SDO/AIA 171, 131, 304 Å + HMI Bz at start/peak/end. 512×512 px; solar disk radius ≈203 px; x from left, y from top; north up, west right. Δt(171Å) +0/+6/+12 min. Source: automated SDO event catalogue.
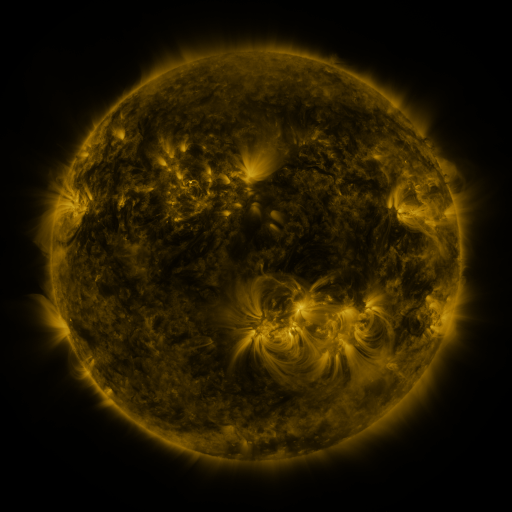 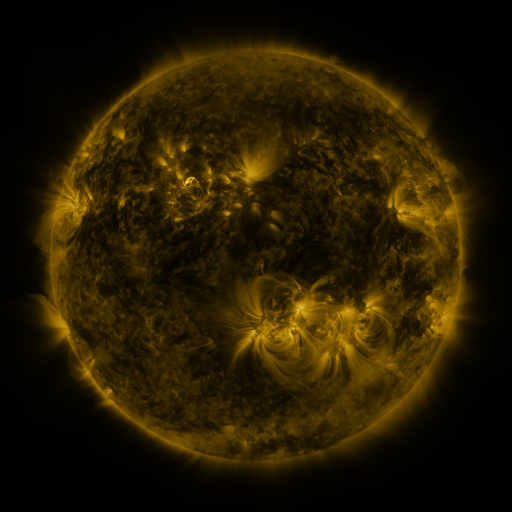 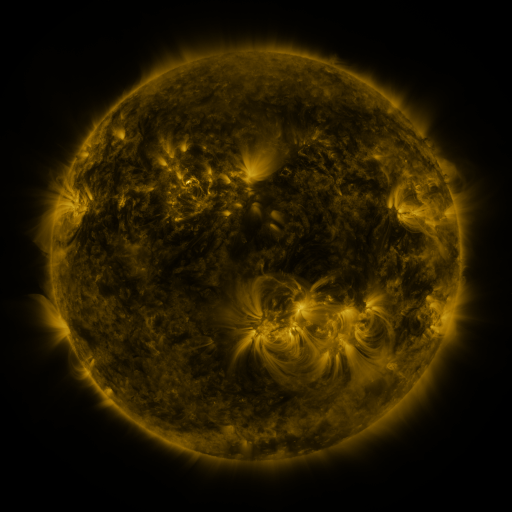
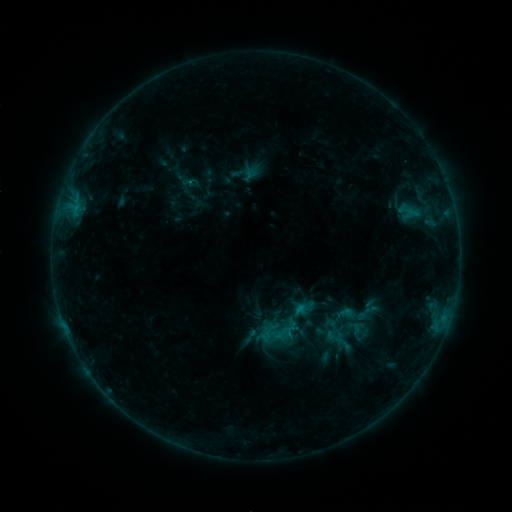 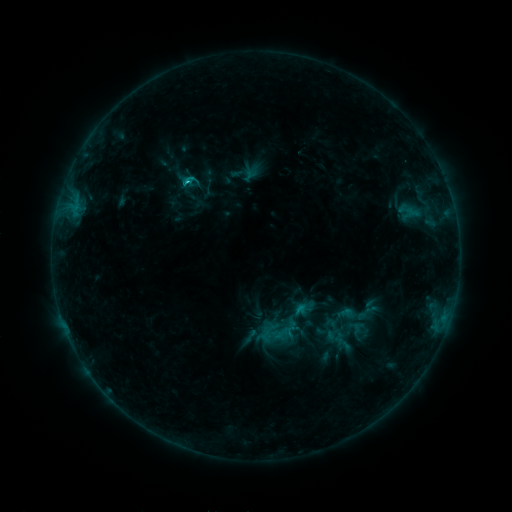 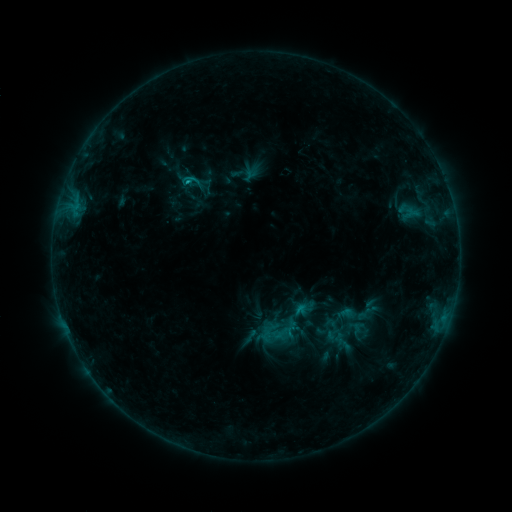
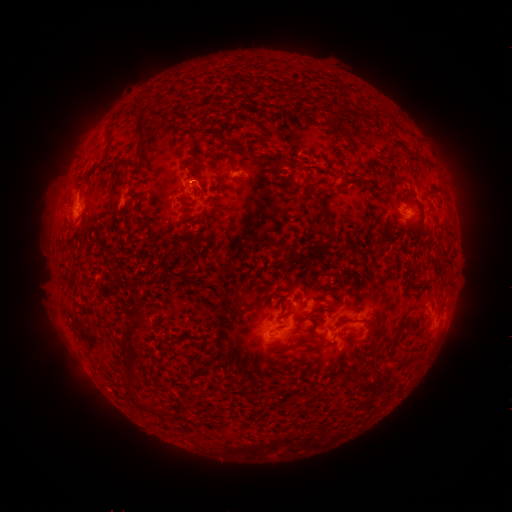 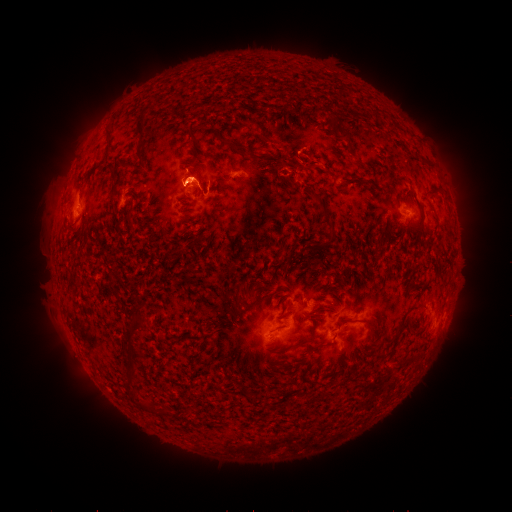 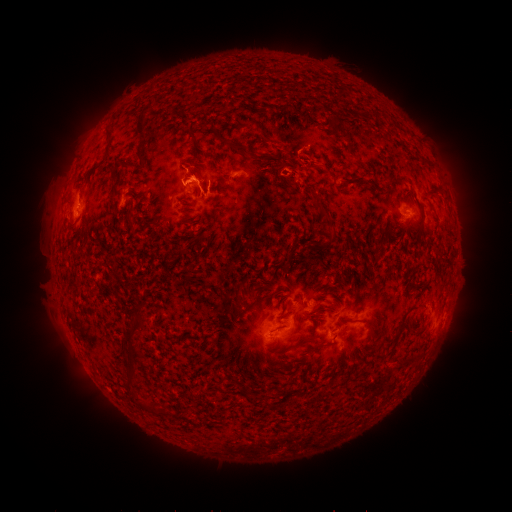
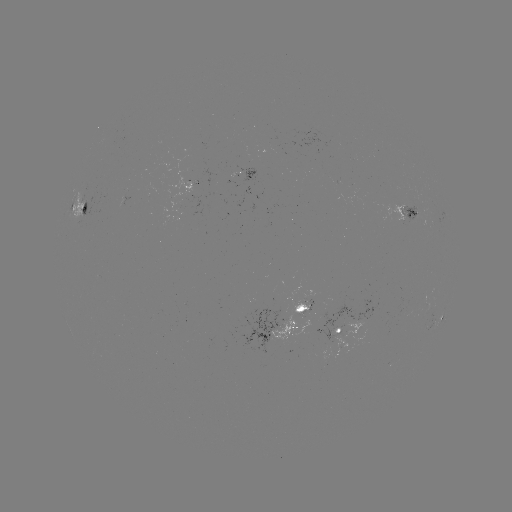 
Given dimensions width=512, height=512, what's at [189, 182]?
C1.5 flare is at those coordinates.